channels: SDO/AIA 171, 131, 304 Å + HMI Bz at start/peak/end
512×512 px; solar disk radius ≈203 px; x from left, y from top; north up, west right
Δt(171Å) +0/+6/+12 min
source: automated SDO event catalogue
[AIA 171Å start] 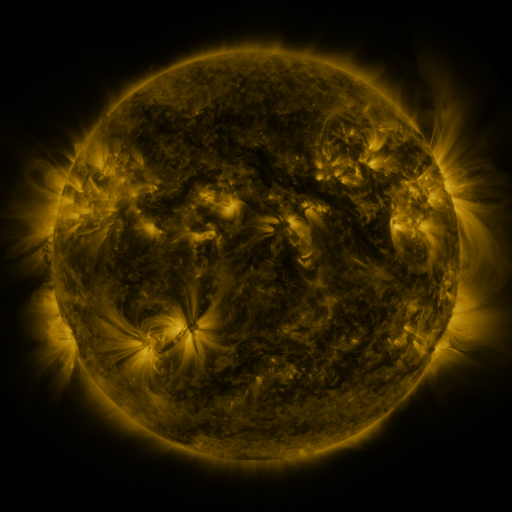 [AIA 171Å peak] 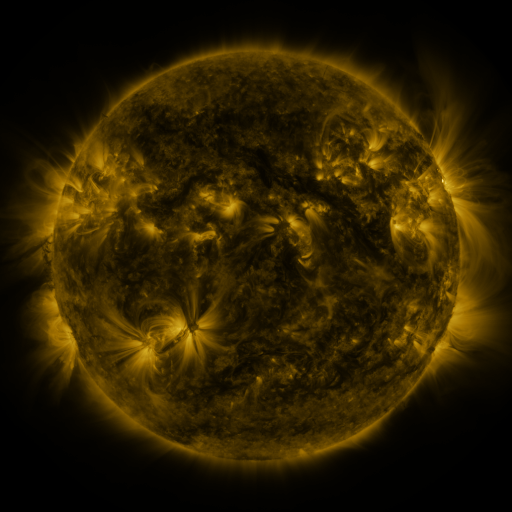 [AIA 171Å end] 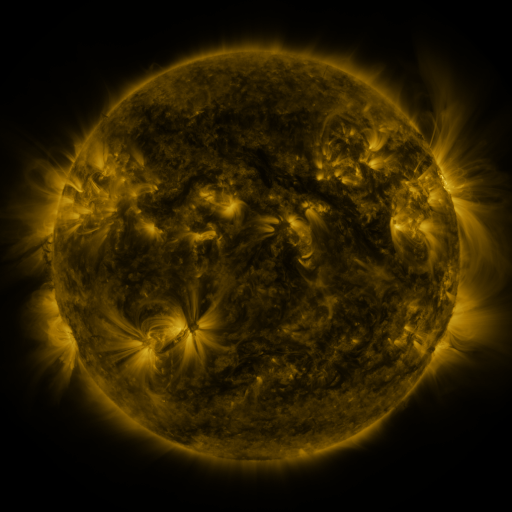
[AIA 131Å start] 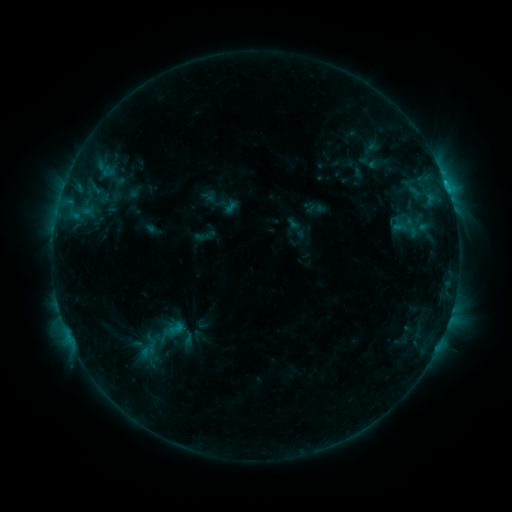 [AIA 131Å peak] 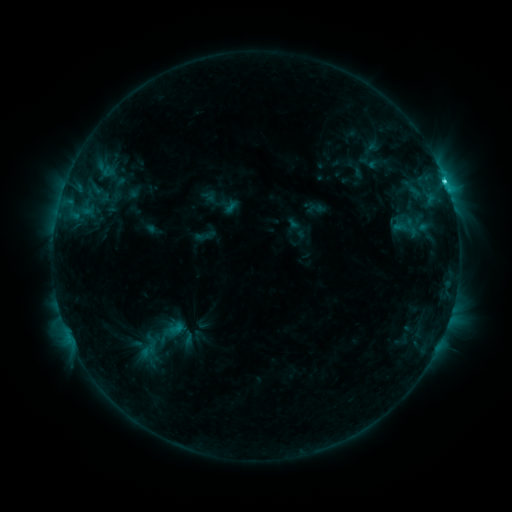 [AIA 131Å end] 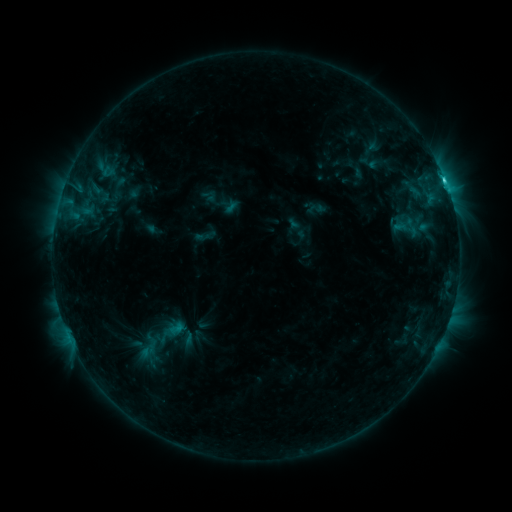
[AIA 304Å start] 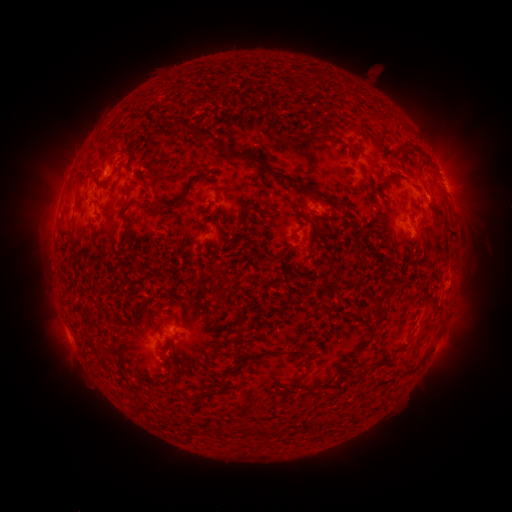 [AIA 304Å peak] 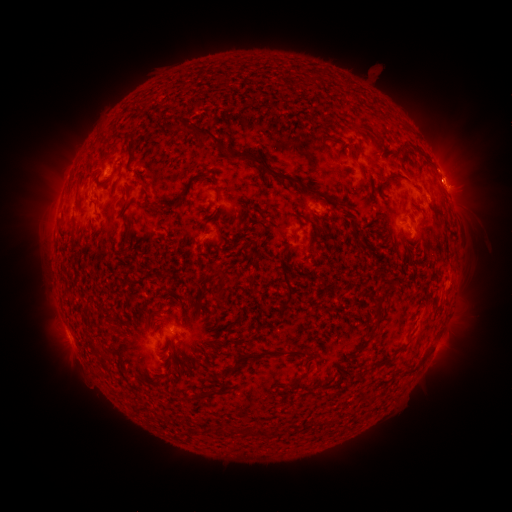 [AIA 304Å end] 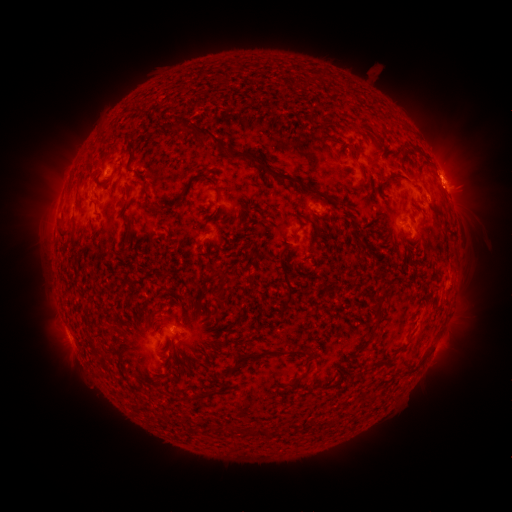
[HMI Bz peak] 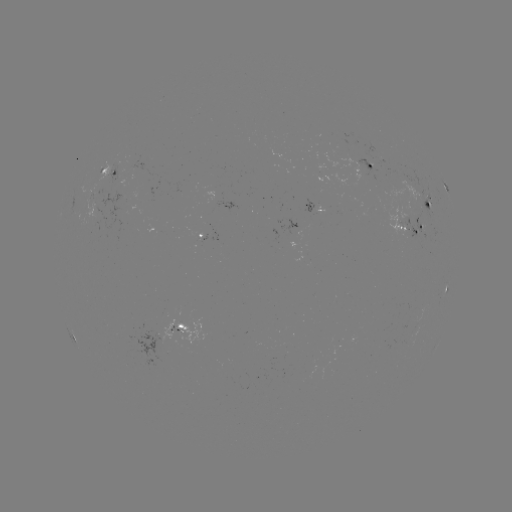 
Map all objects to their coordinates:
eruption: (453, 169)
